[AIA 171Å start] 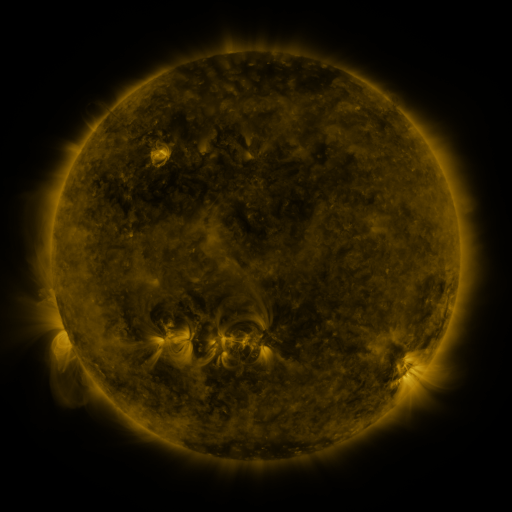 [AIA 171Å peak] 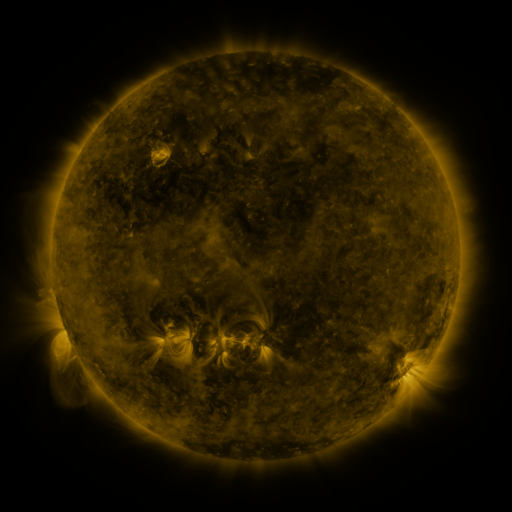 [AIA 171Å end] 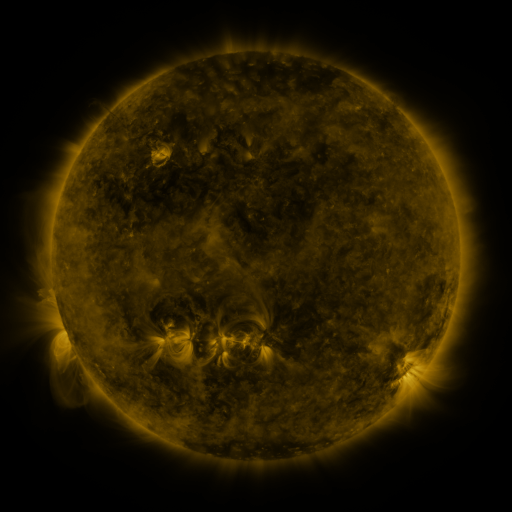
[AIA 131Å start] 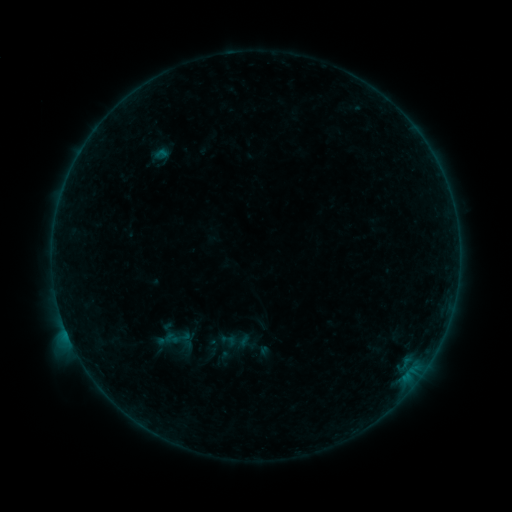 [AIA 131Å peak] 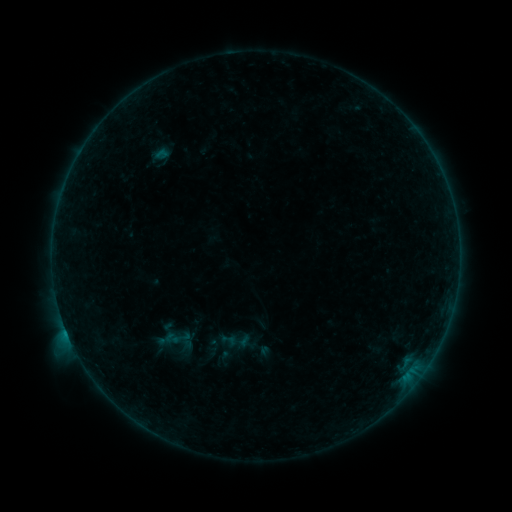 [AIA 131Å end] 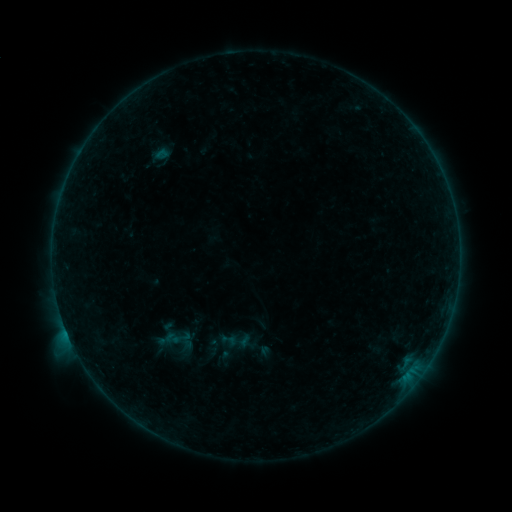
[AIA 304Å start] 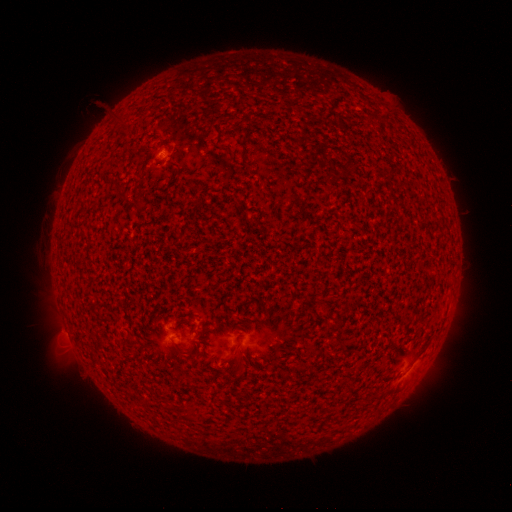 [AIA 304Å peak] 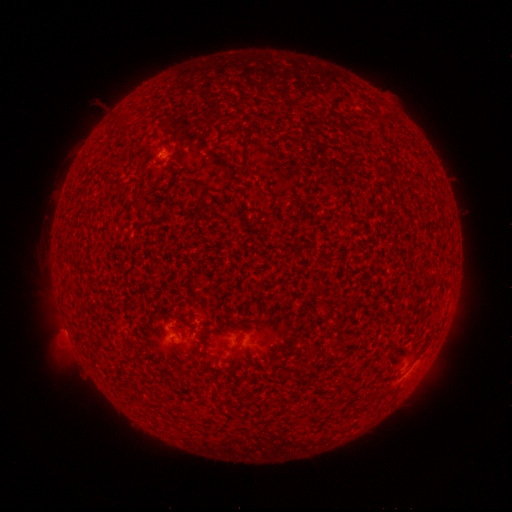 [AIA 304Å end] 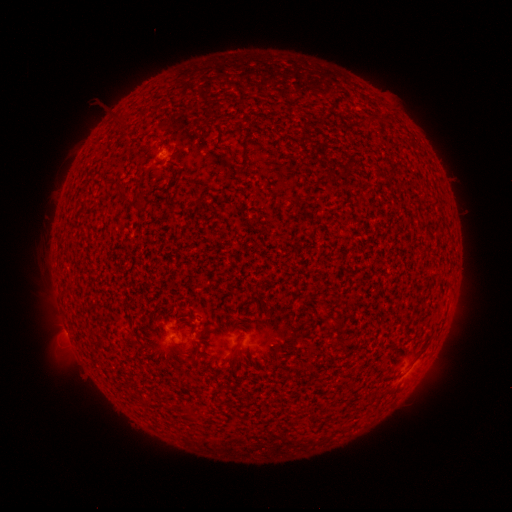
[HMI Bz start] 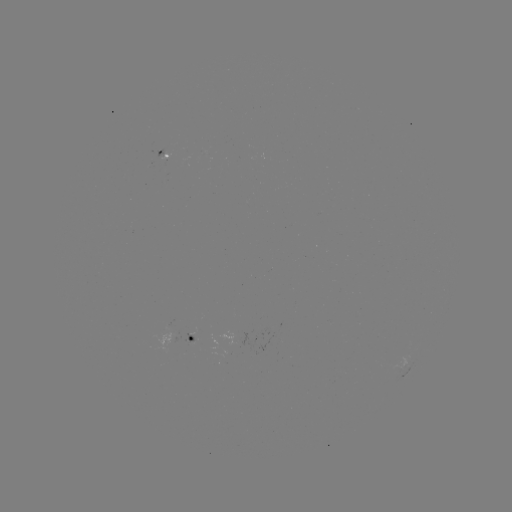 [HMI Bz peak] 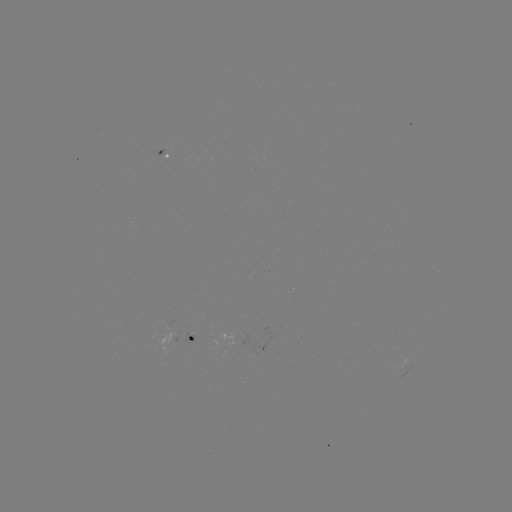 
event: flare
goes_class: B3.8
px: (67, 332)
